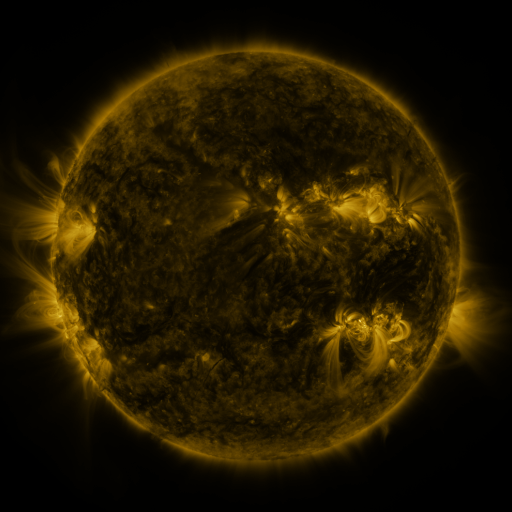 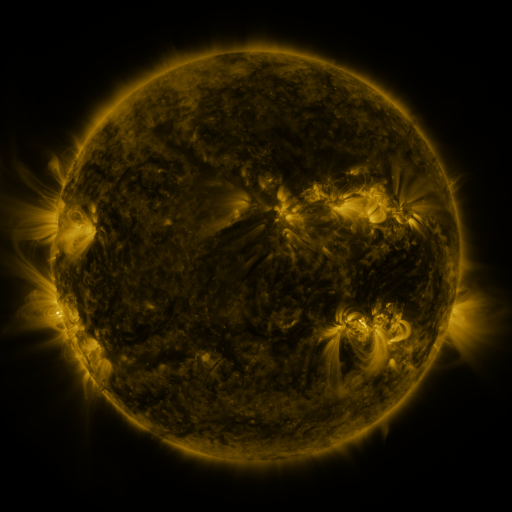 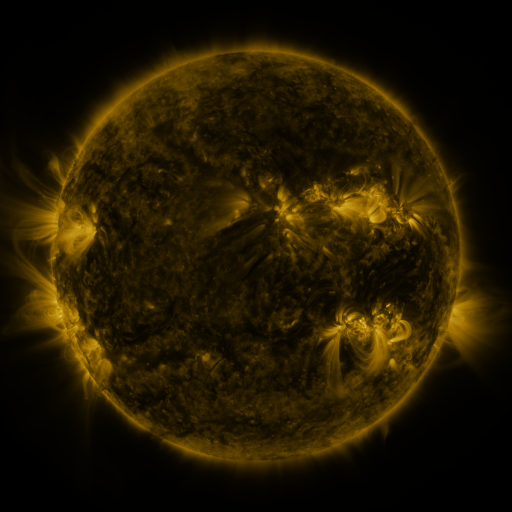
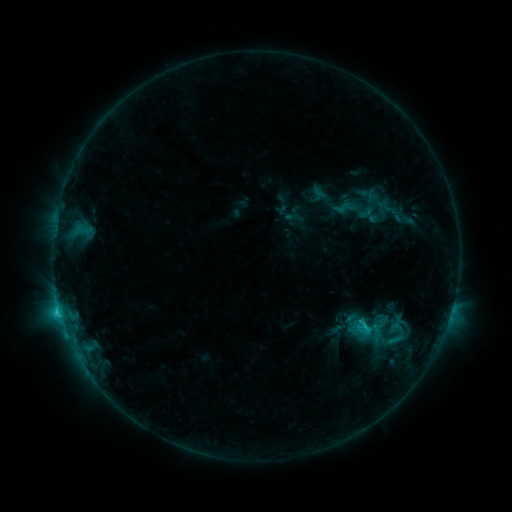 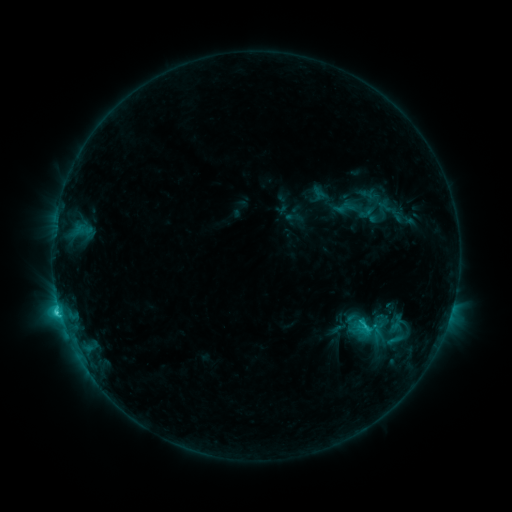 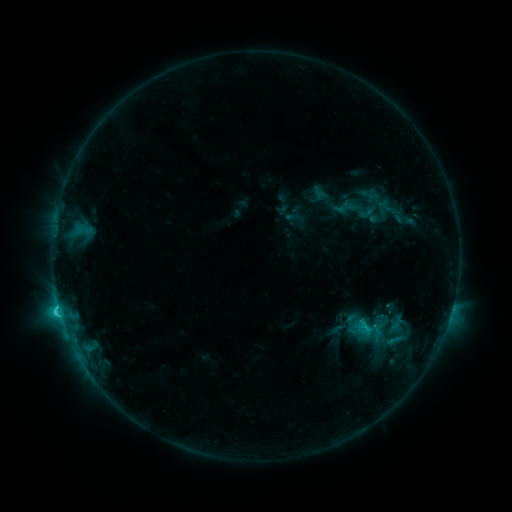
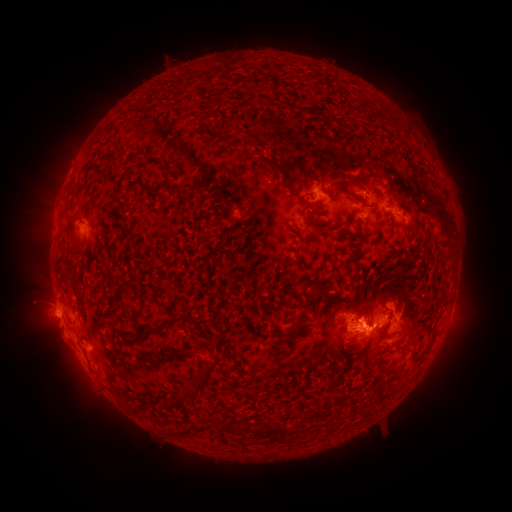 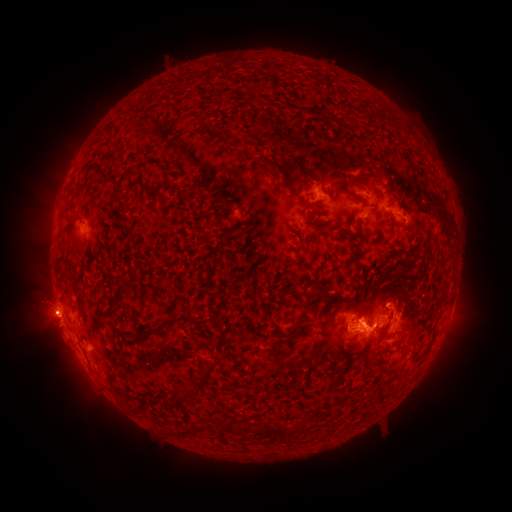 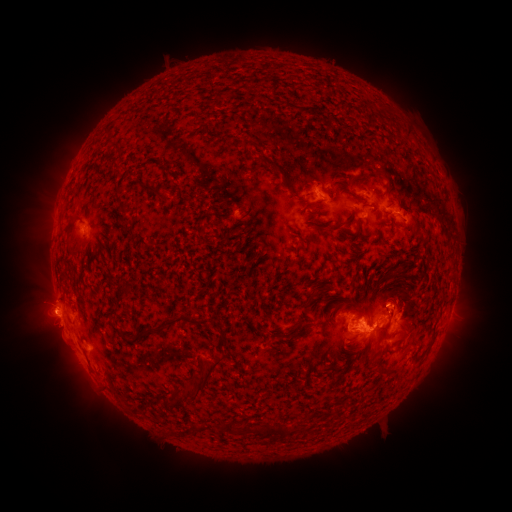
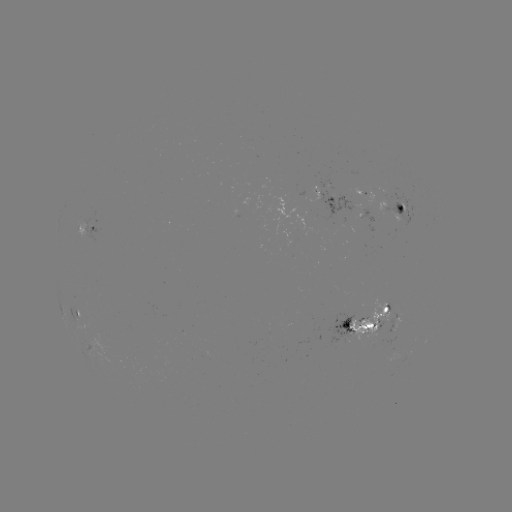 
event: eruption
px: (44, 311)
